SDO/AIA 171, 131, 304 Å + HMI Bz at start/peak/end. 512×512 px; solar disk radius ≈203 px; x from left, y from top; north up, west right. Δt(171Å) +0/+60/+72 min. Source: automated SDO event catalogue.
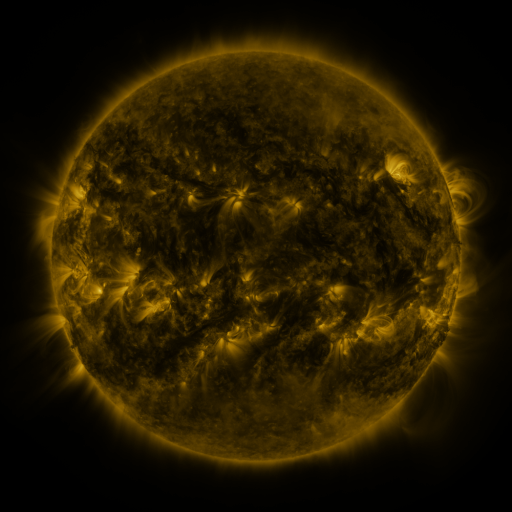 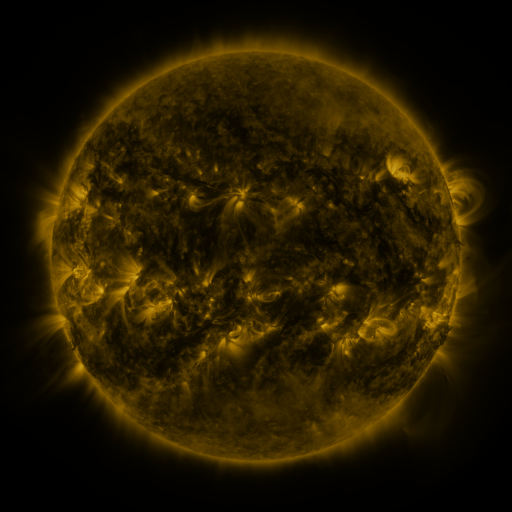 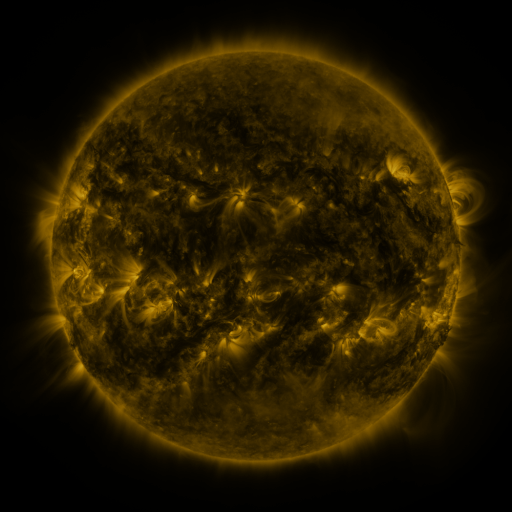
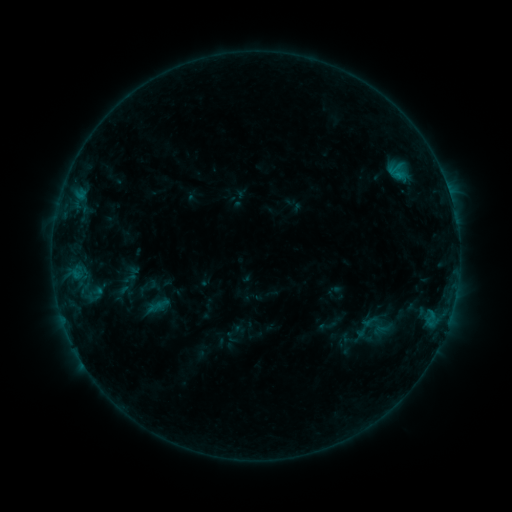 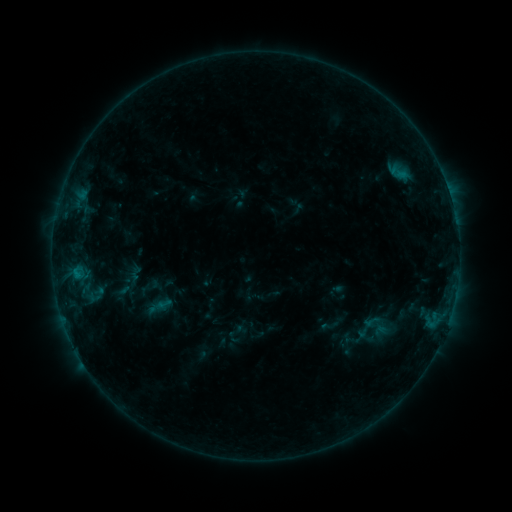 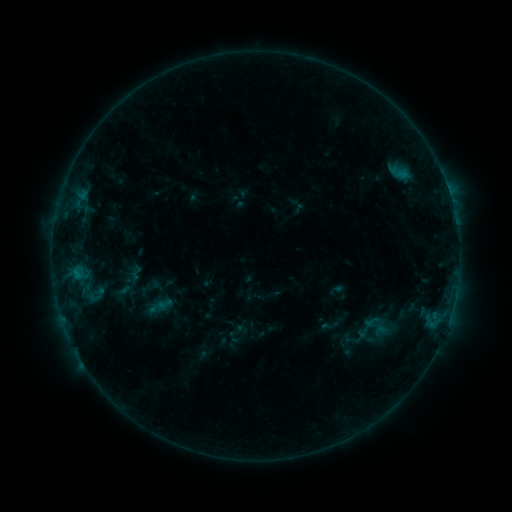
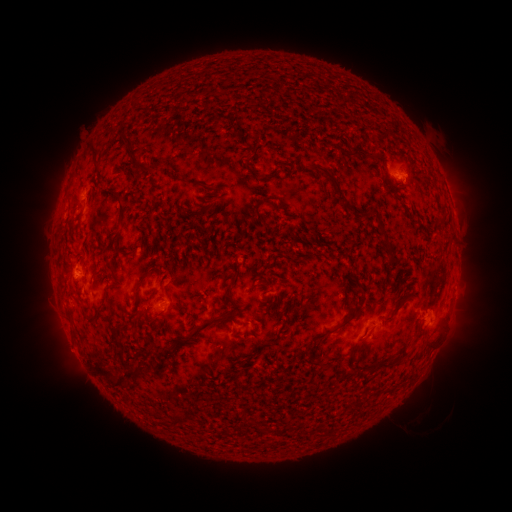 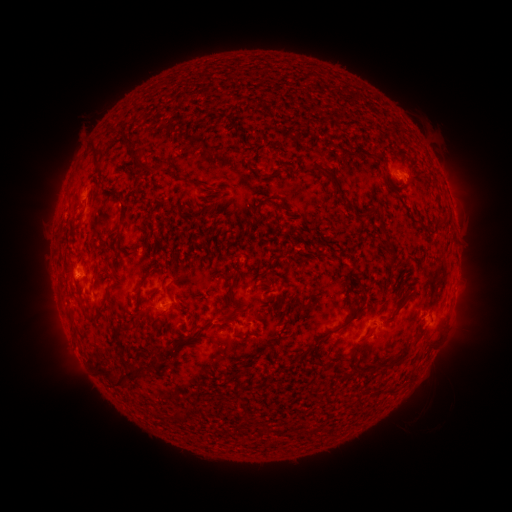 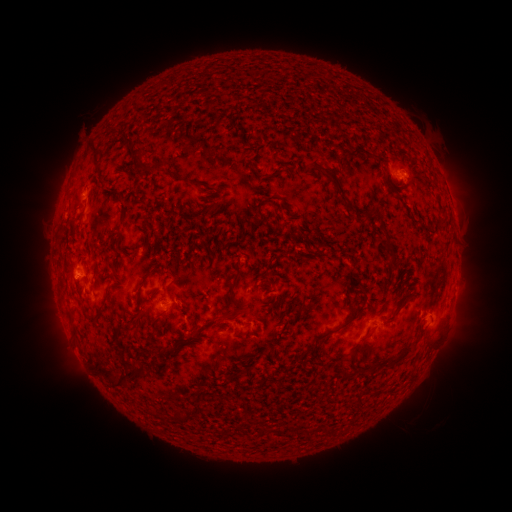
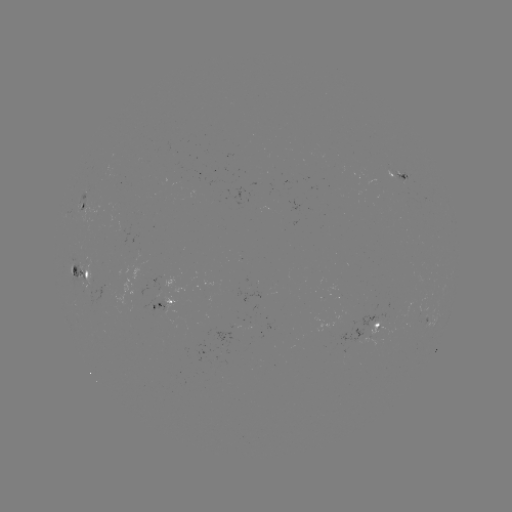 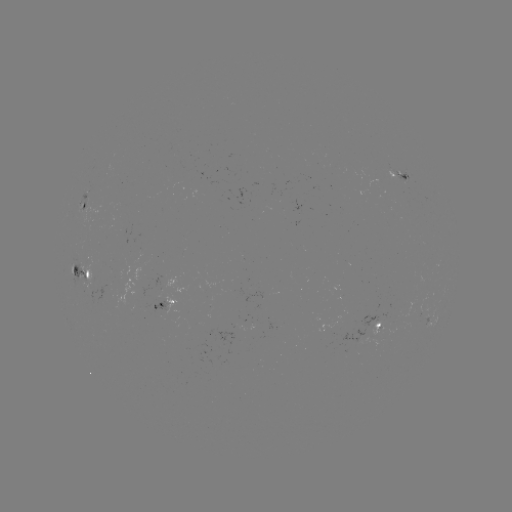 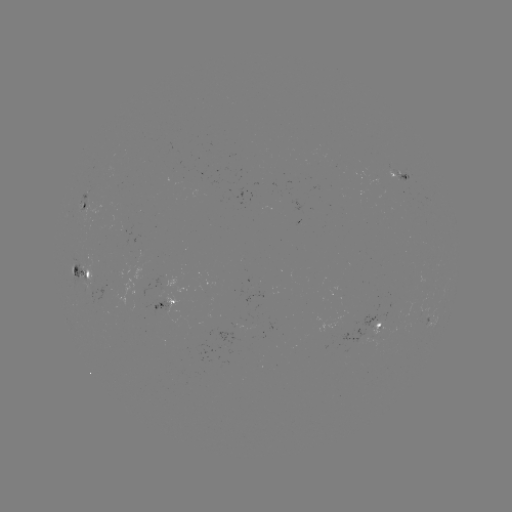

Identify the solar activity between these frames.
emerging-flux region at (168, 308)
